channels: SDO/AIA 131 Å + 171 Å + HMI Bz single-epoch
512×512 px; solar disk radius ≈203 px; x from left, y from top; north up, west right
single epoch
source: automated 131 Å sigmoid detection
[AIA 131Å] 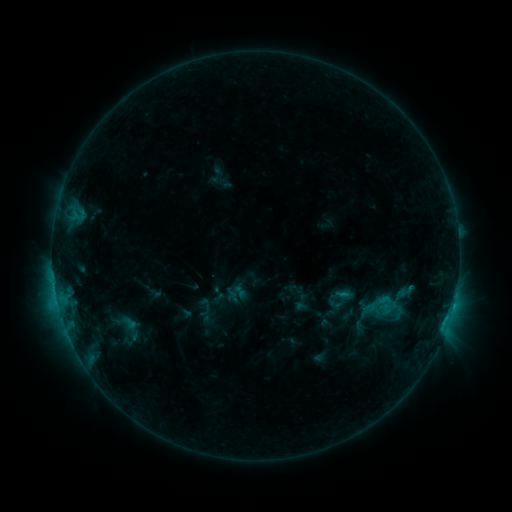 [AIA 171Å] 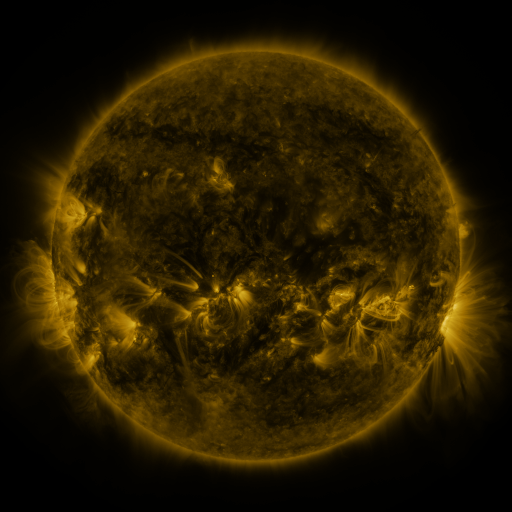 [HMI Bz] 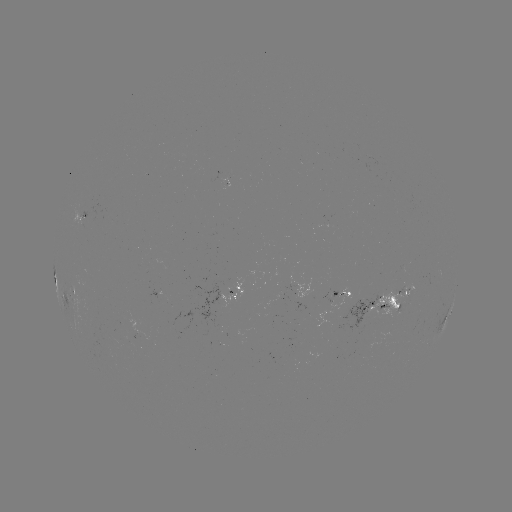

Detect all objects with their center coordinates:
sigmoid: (203, 296, 229, 319)
